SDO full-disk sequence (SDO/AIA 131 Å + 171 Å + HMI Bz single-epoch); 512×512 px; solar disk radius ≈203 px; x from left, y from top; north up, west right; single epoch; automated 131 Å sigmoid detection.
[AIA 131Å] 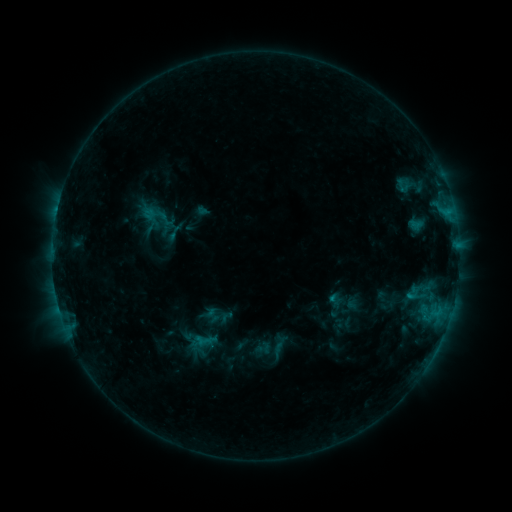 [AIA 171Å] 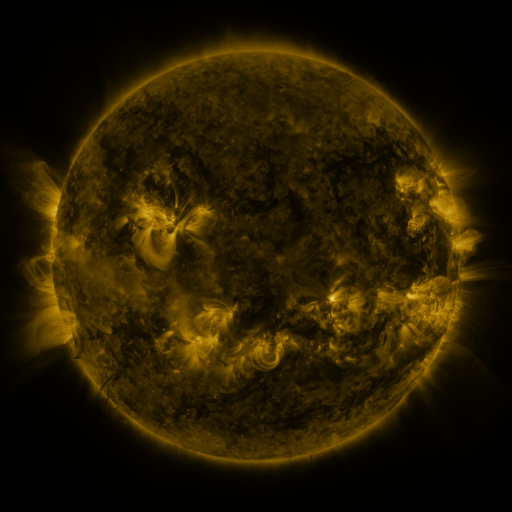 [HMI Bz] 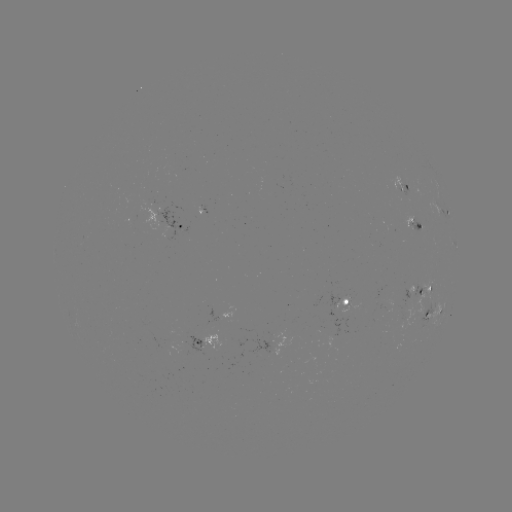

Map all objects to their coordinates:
sigmoid: <bbox>142, 201, 167, 228</bbox>
sigmoid: <bbox>254, 340, 272, 358</bbox>
